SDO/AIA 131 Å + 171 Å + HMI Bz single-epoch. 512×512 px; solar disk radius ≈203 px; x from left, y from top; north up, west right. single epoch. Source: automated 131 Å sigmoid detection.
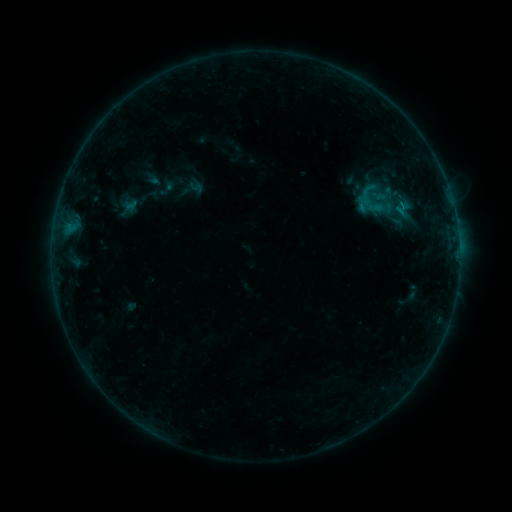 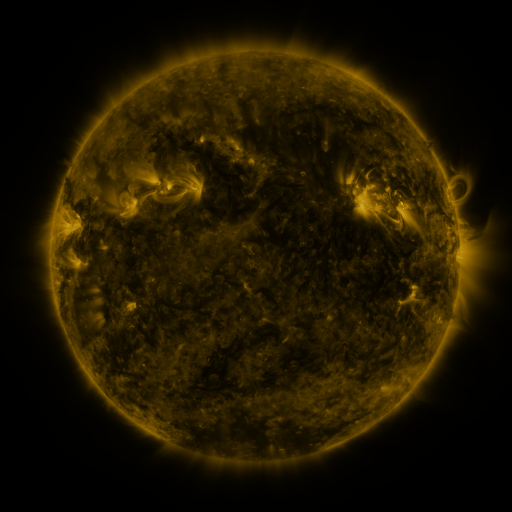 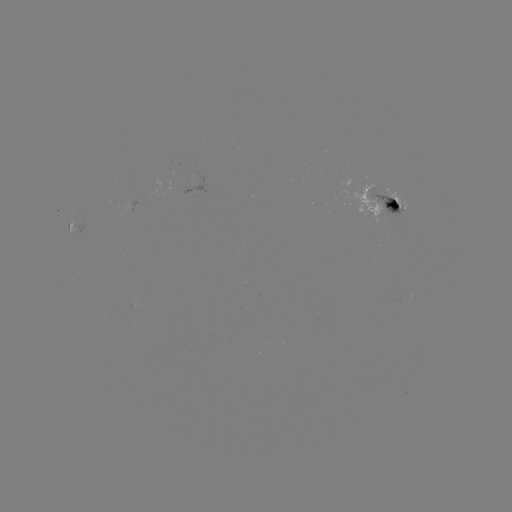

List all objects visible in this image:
sigmoid: <bbox>157, 180, 176, 198</bbox>
sigmoid: <bbox>388, 192, 420, 222</bbox>
